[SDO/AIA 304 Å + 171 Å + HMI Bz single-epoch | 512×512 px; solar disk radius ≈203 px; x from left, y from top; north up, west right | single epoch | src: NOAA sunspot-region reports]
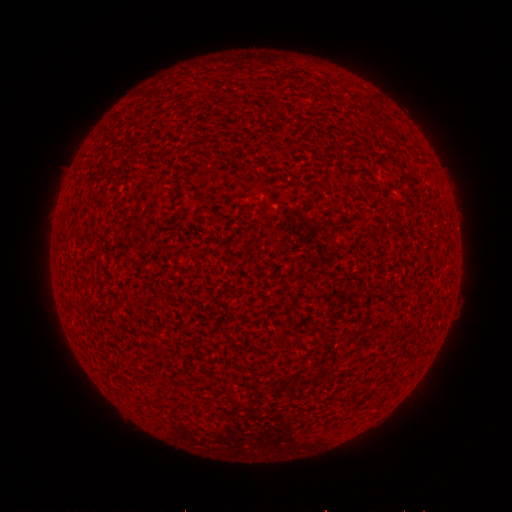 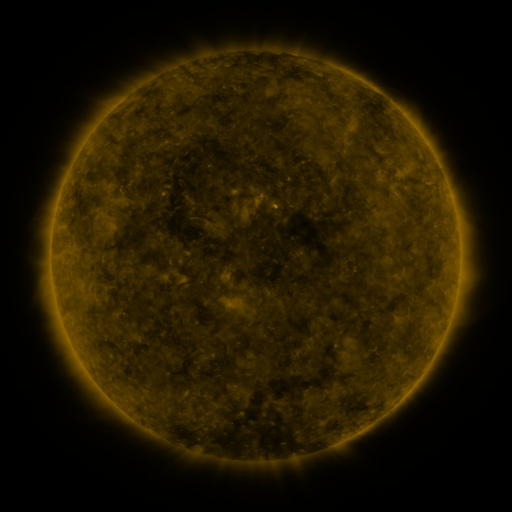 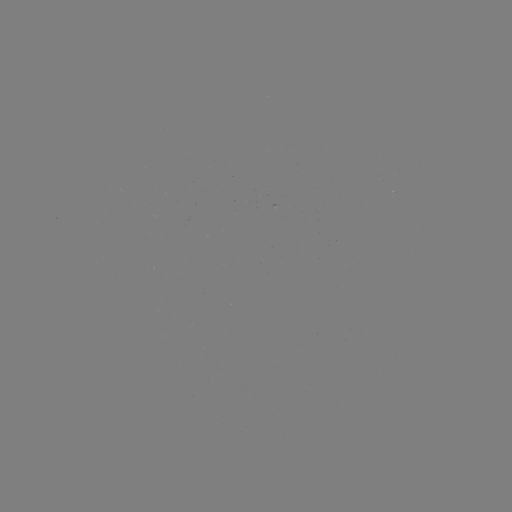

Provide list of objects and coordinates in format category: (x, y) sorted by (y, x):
(none)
